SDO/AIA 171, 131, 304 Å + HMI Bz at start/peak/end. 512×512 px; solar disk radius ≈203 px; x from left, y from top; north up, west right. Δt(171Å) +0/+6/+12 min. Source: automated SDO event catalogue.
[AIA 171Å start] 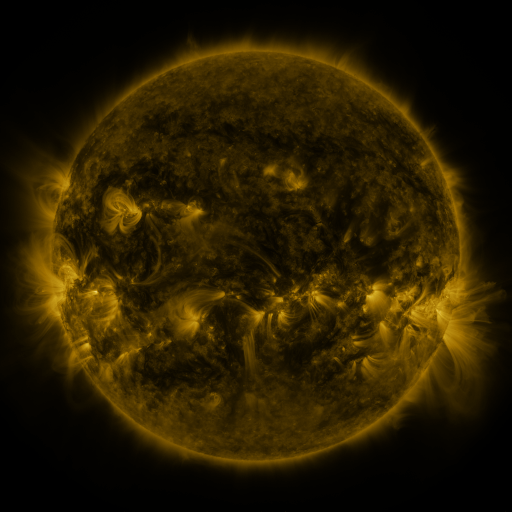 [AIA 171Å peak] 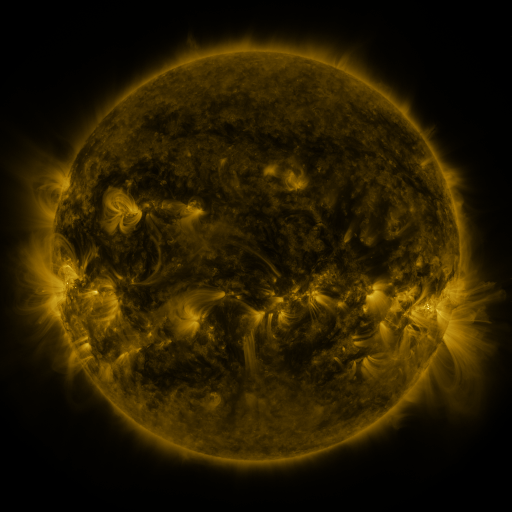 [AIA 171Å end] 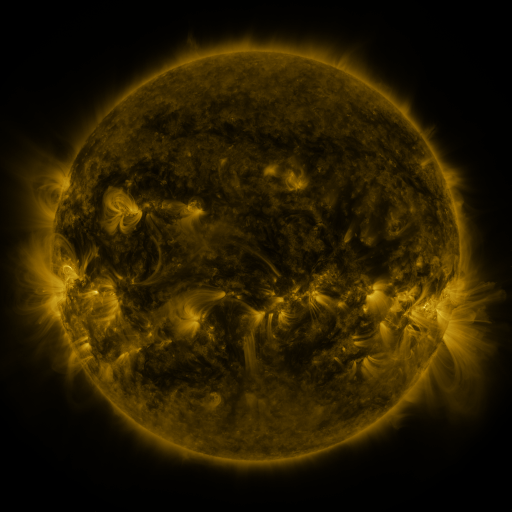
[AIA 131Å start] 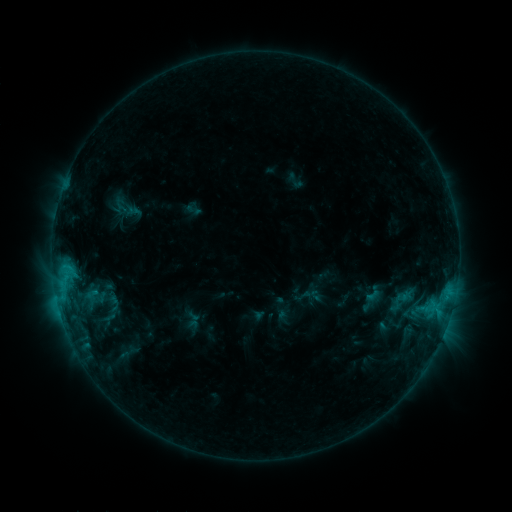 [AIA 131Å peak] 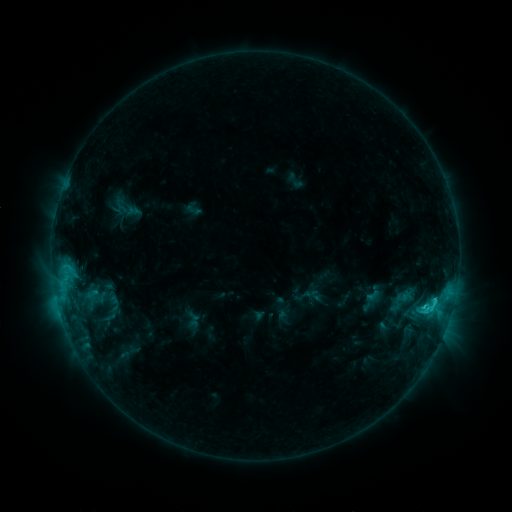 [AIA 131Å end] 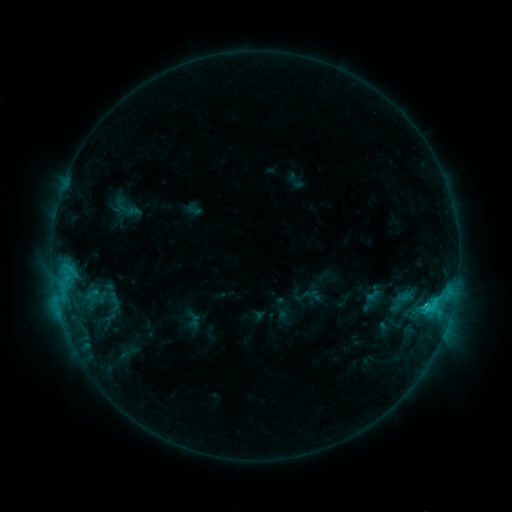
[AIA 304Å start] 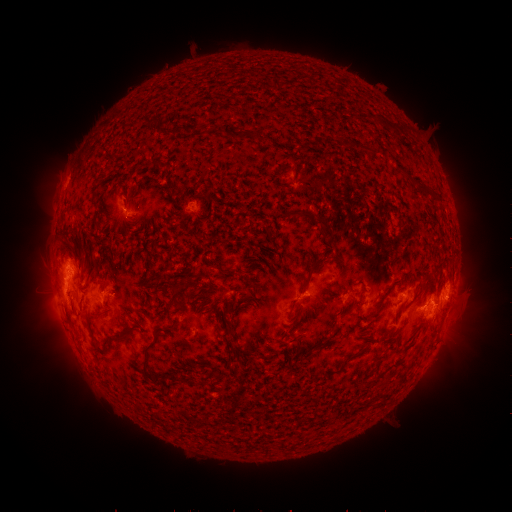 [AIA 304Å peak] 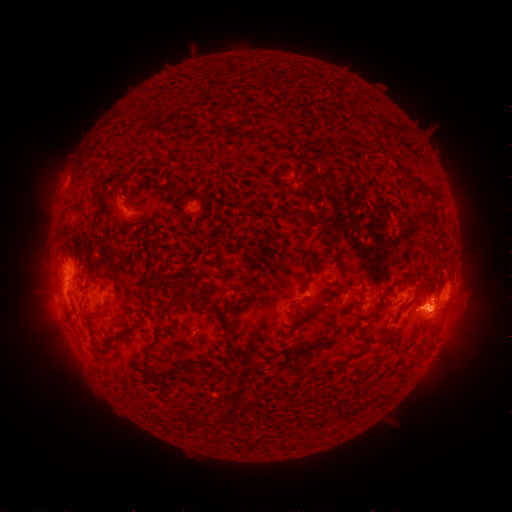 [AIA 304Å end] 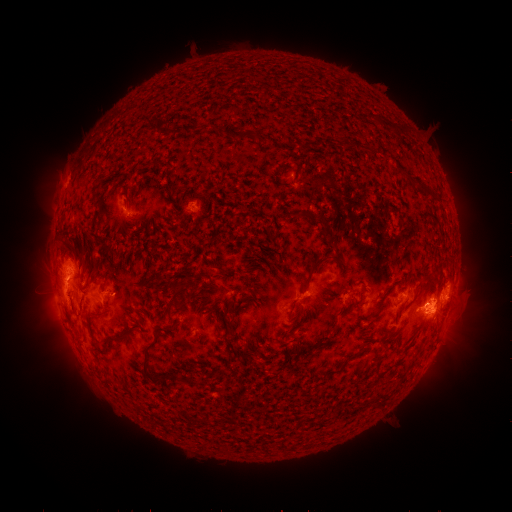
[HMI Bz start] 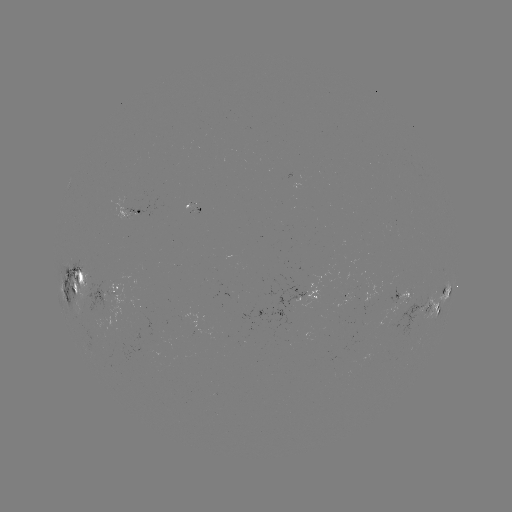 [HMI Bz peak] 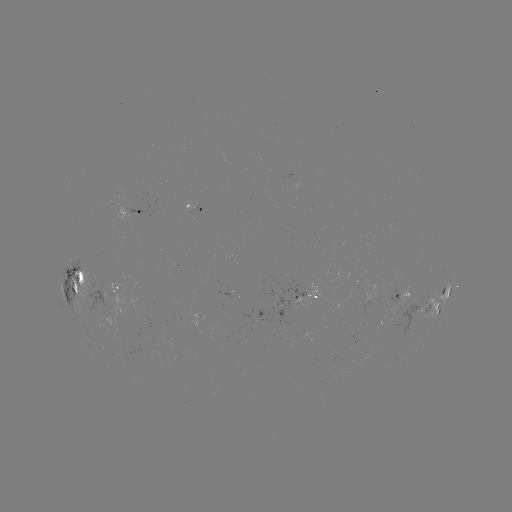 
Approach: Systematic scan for C2.5 flare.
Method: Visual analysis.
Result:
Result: C2.5 flare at (422, 306).